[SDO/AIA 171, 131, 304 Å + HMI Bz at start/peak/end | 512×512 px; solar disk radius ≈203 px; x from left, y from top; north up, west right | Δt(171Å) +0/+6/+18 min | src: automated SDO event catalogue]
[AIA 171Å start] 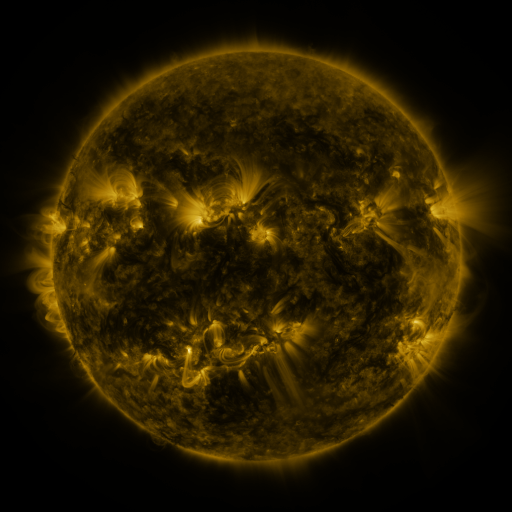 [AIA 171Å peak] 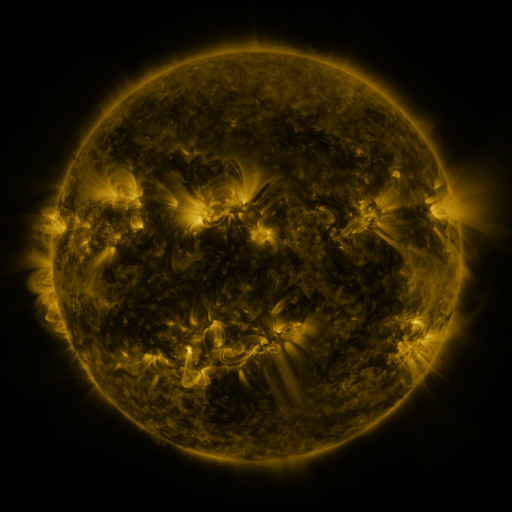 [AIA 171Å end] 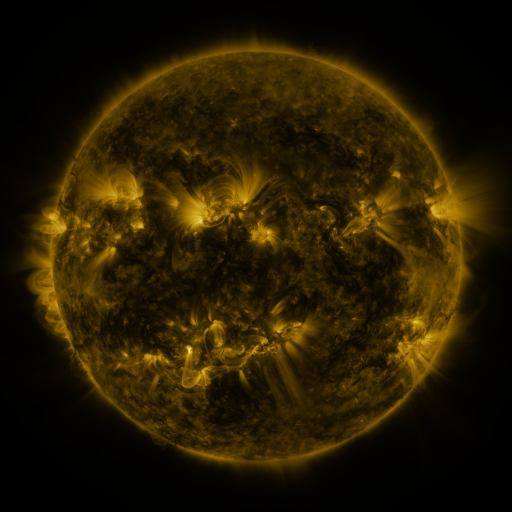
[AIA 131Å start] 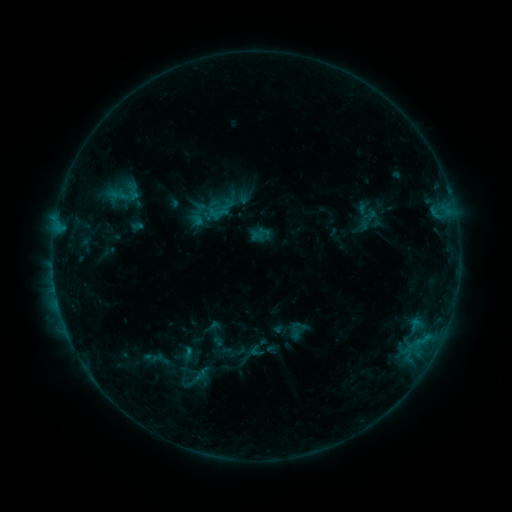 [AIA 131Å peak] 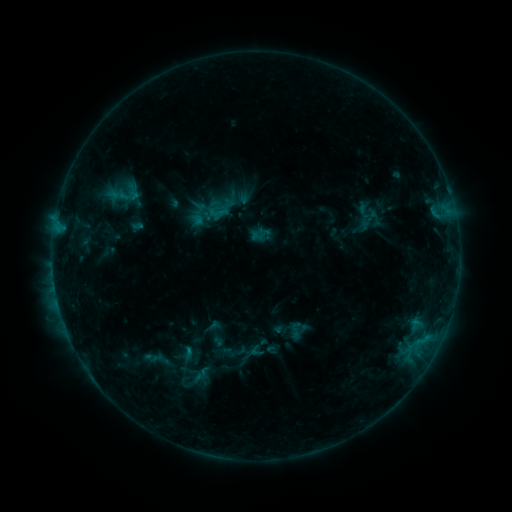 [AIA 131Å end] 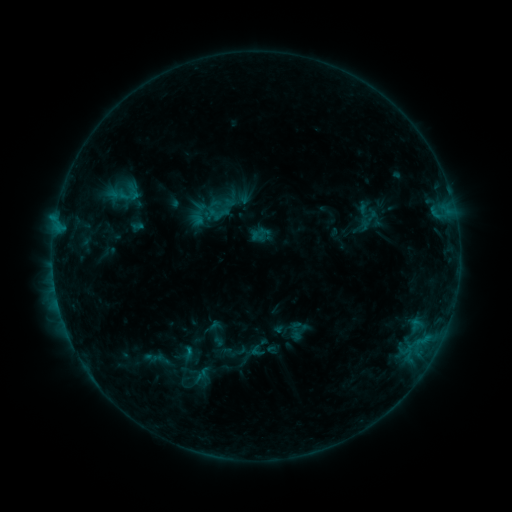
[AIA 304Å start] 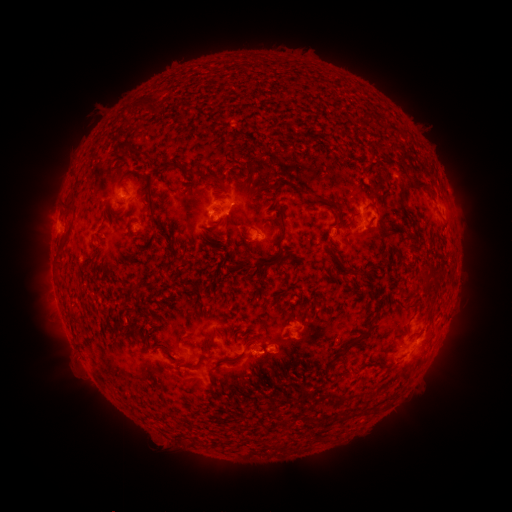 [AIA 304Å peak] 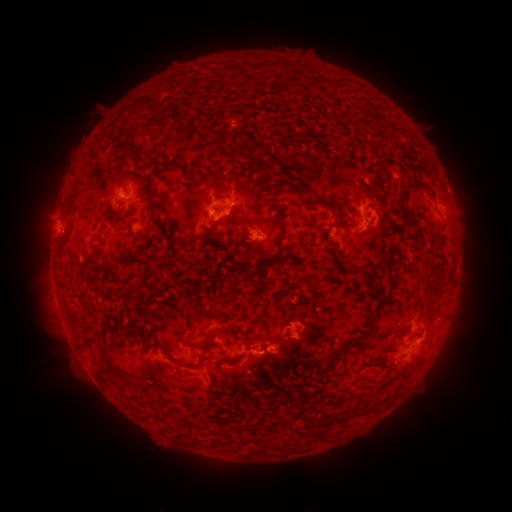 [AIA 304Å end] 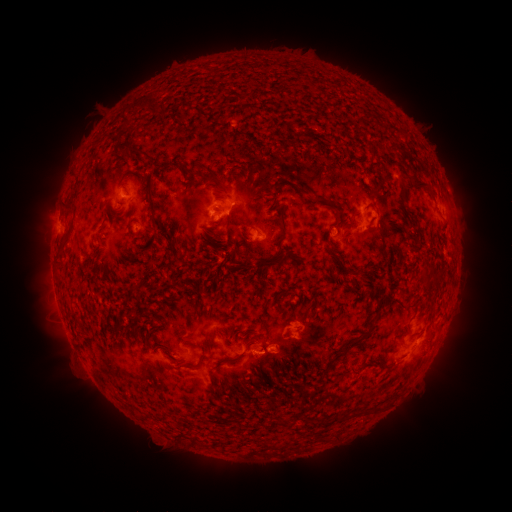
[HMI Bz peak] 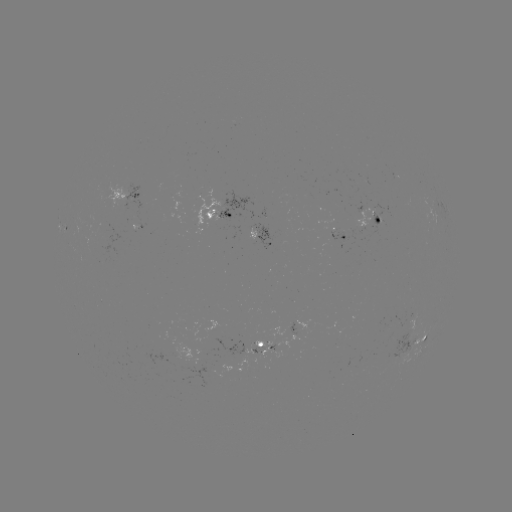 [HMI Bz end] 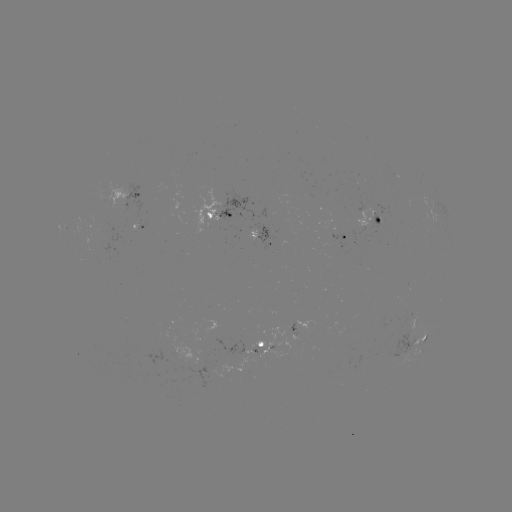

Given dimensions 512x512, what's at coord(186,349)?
B6.8 flare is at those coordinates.